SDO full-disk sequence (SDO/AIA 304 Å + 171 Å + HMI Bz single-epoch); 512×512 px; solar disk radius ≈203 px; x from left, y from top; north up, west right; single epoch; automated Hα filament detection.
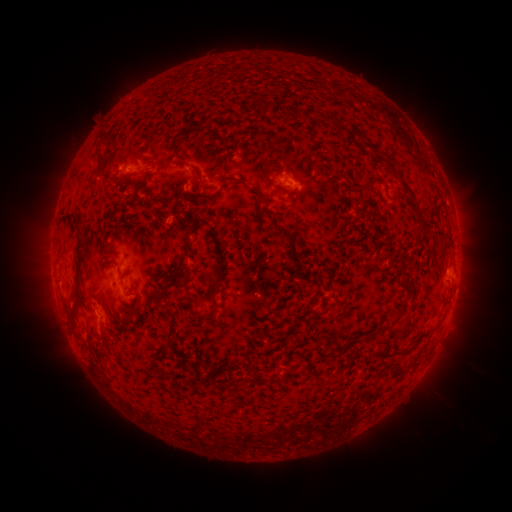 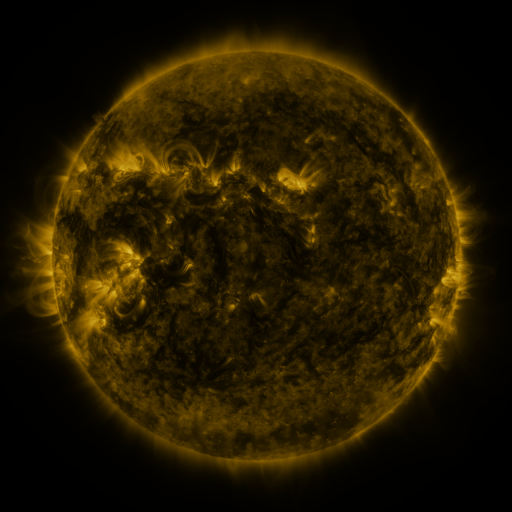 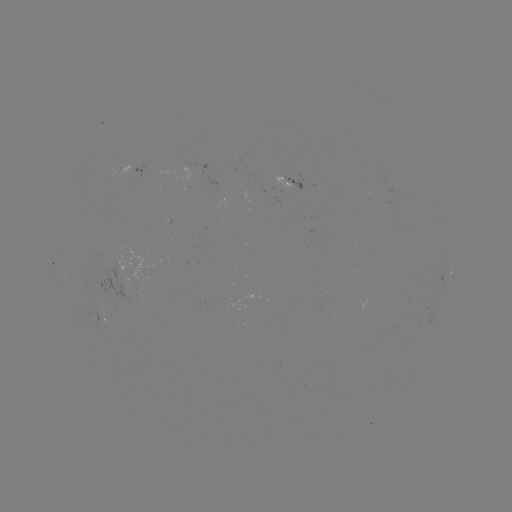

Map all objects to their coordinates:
filament: (370, 147)
filament: (102, 162)
filament: (192, 166)
filament: (267, 178)
filament: (227, 180)
filament: (362, 188)
filament: (405, 188)
filament: (69, 216)
filament: (416, 216)
filament: (187, 248)
filament: (77, 267)
filament: (103, 303)
filament: (208, 314)
filament: (406, 352)
